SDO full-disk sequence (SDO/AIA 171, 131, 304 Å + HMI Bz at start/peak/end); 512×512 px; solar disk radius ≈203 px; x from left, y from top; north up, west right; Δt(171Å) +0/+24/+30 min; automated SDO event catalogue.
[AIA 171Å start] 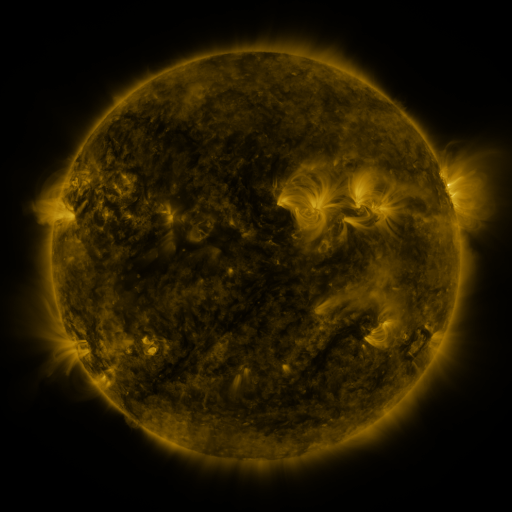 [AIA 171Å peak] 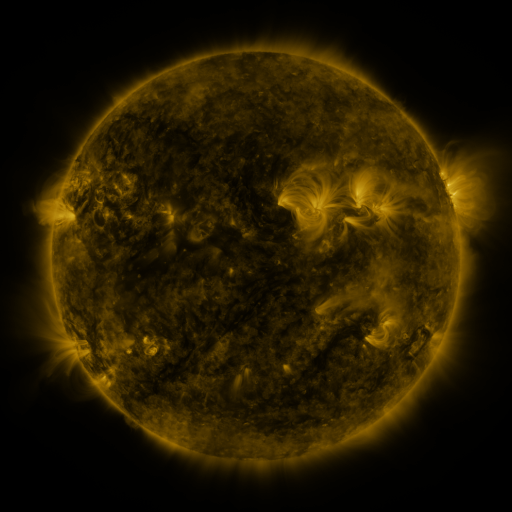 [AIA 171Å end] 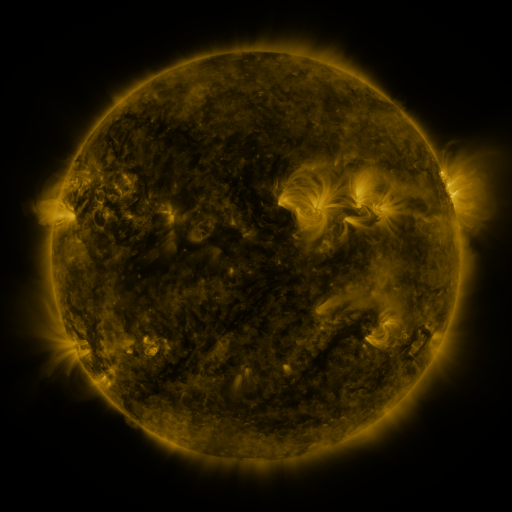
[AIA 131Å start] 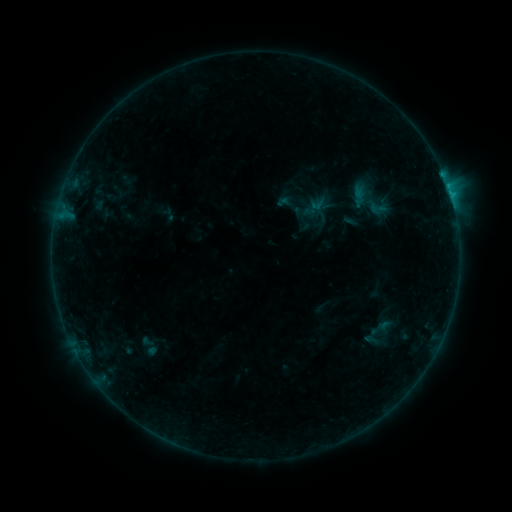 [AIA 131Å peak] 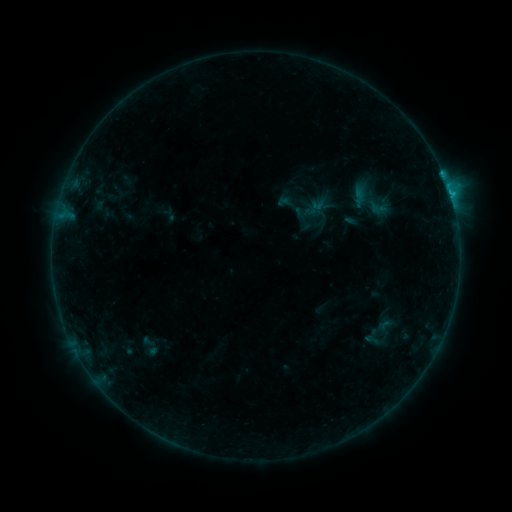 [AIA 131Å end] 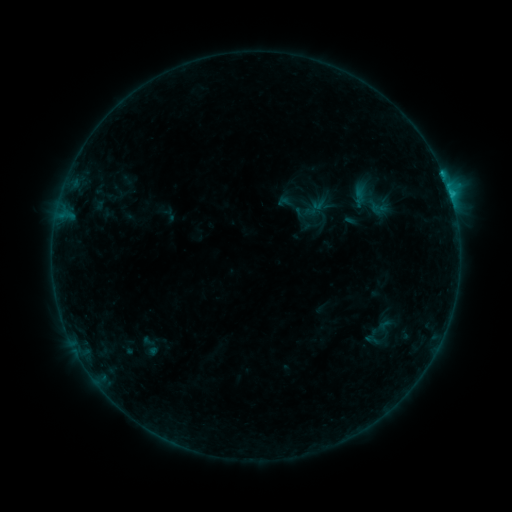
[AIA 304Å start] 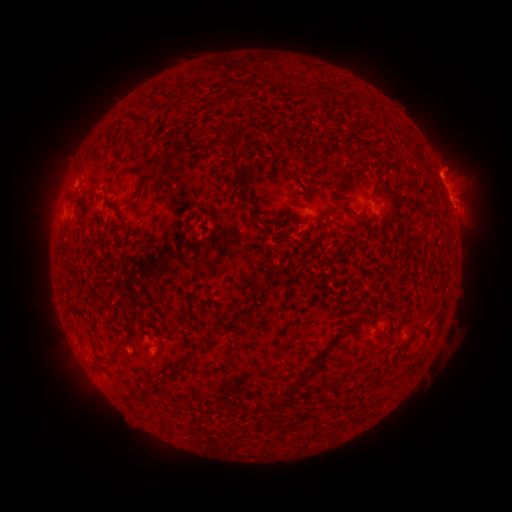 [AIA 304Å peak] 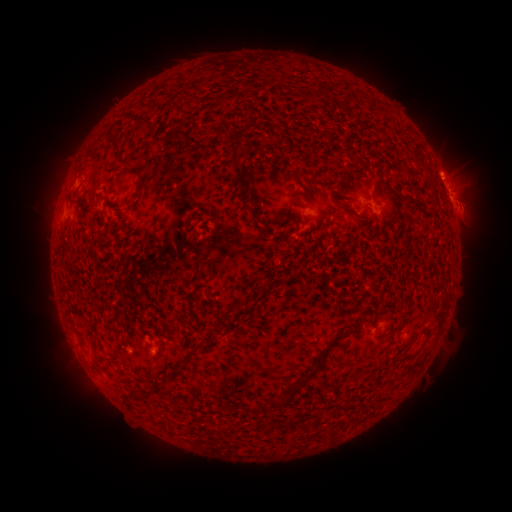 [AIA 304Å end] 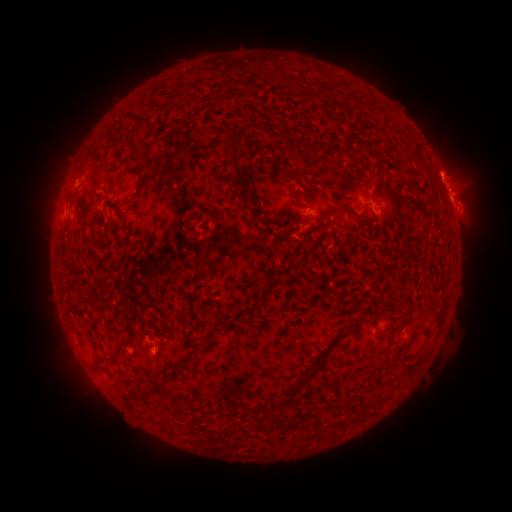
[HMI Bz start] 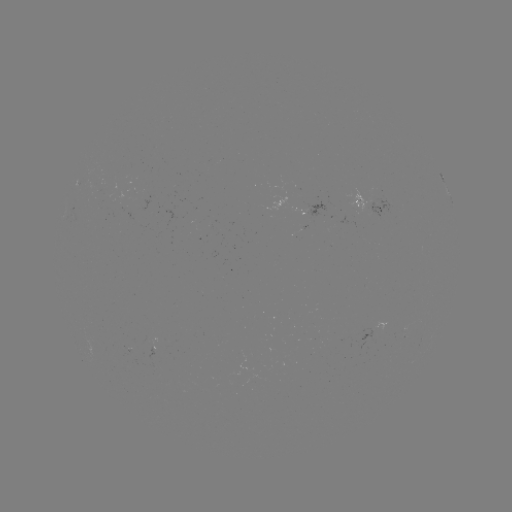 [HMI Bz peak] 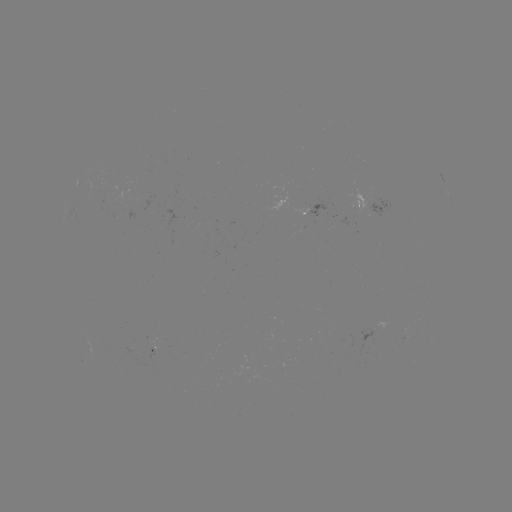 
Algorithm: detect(B8.0 flare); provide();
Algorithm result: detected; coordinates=(441, 174)